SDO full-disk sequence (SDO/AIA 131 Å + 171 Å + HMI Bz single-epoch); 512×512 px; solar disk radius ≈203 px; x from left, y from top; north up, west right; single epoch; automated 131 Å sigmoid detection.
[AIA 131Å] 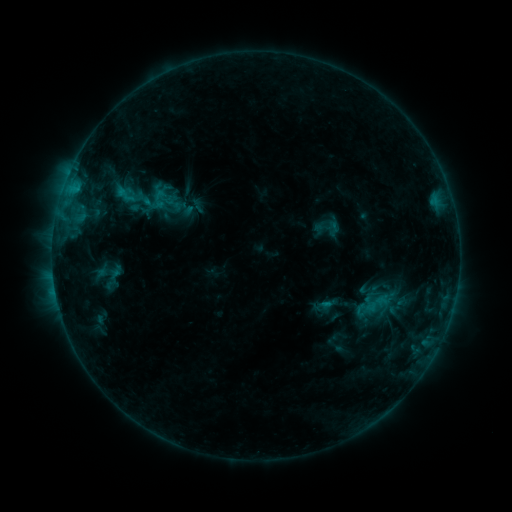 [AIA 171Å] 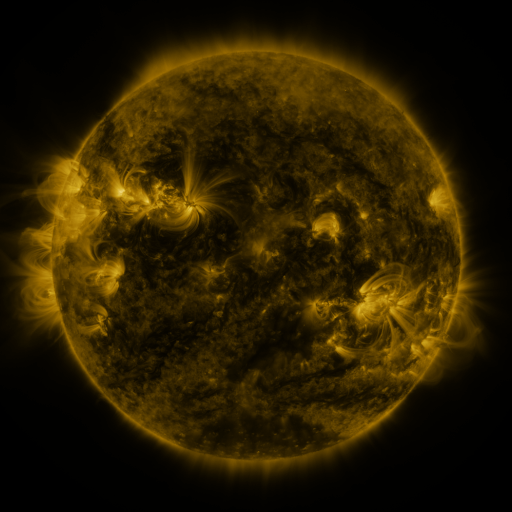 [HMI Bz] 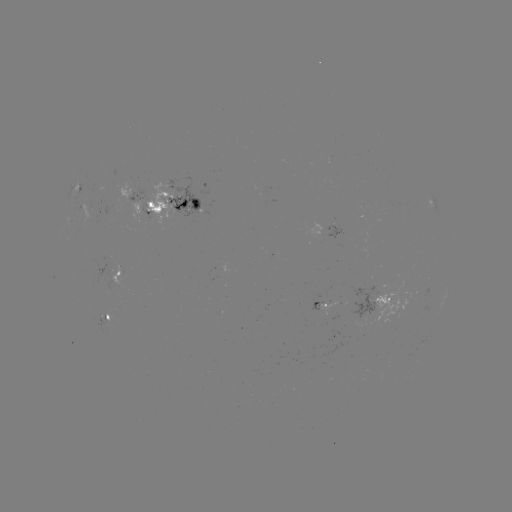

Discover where sigmoid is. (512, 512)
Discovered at (328, 228).